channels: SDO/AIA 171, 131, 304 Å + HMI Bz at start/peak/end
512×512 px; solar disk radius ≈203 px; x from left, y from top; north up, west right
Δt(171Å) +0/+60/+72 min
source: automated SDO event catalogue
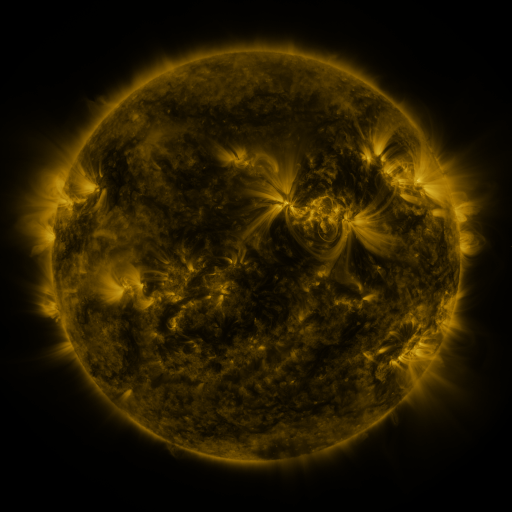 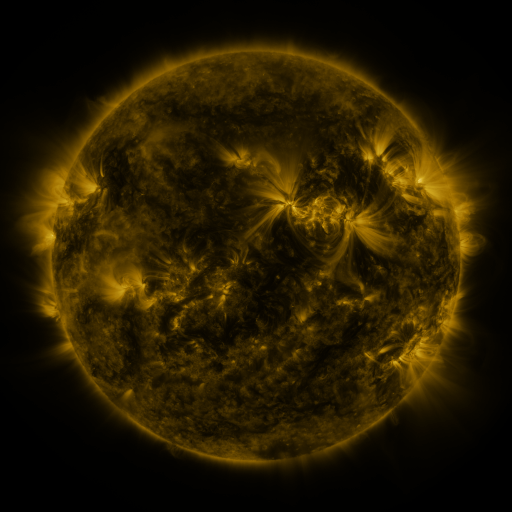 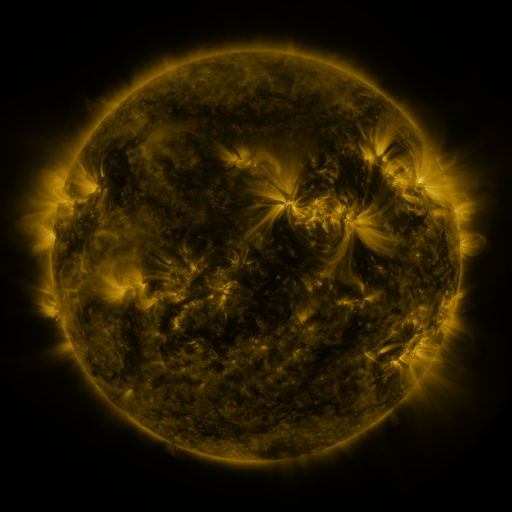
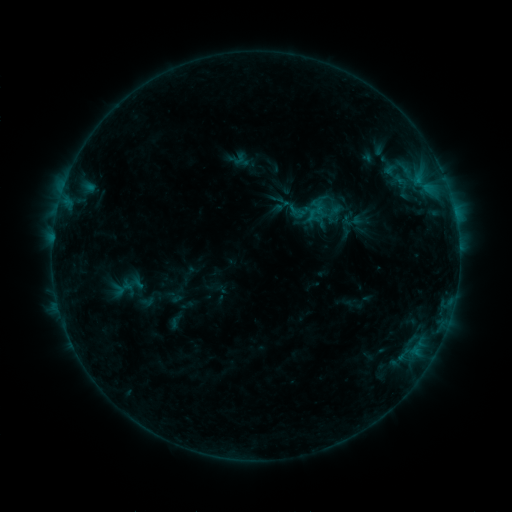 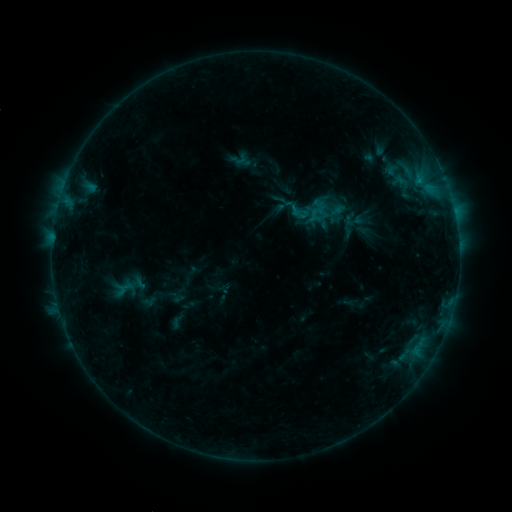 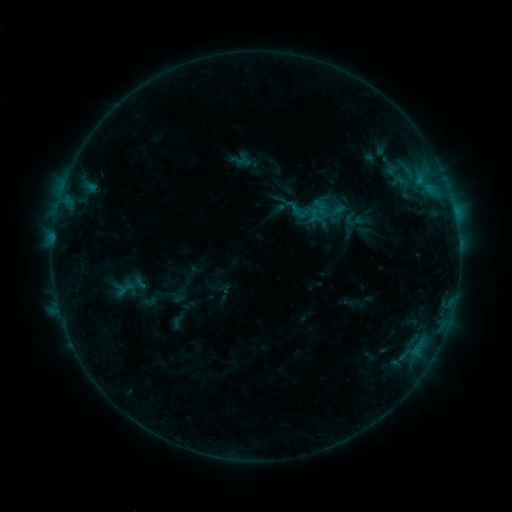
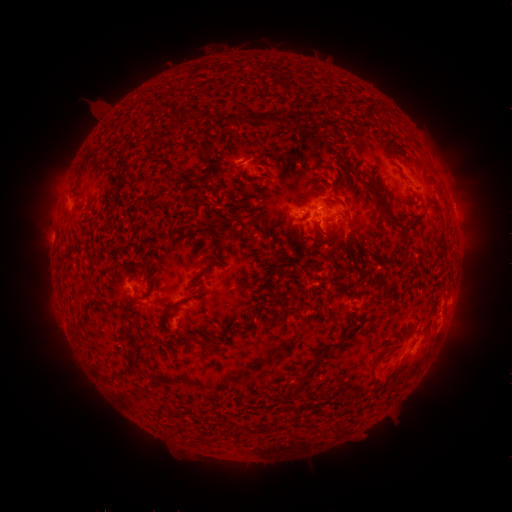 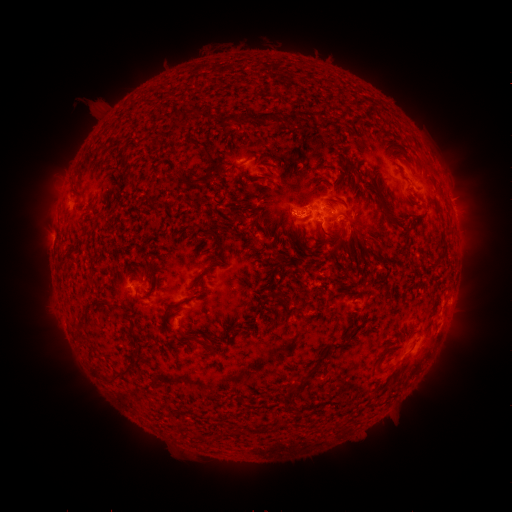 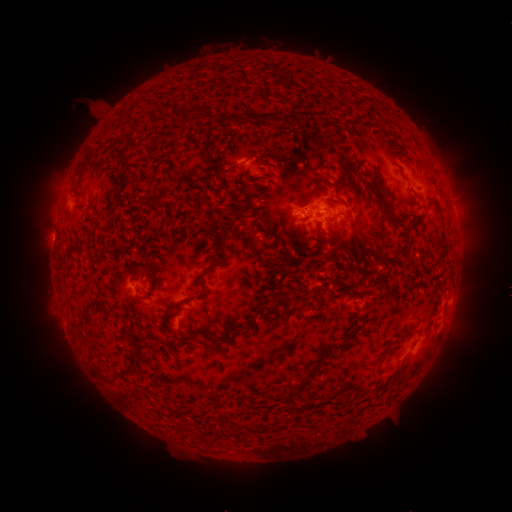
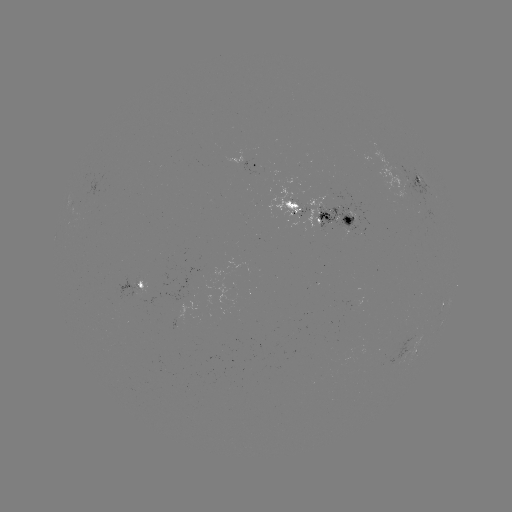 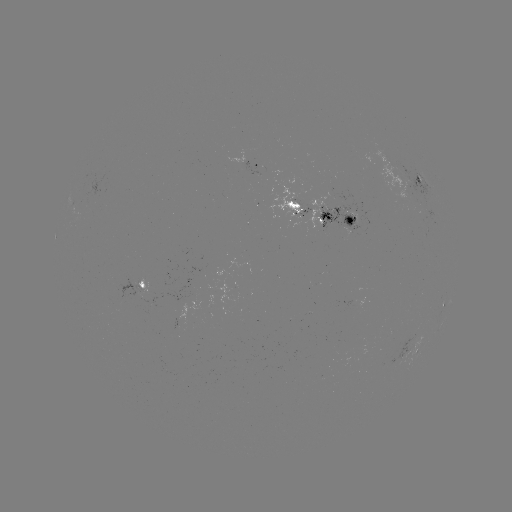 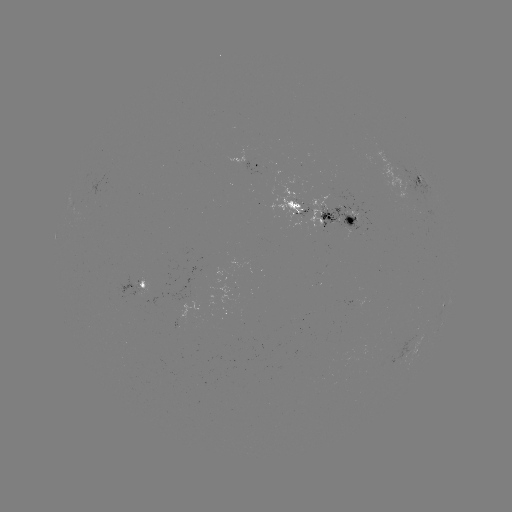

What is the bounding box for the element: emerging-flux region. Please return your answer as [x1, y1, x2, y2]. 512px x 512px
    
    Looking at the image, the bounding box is [172, 320, 180, 330].